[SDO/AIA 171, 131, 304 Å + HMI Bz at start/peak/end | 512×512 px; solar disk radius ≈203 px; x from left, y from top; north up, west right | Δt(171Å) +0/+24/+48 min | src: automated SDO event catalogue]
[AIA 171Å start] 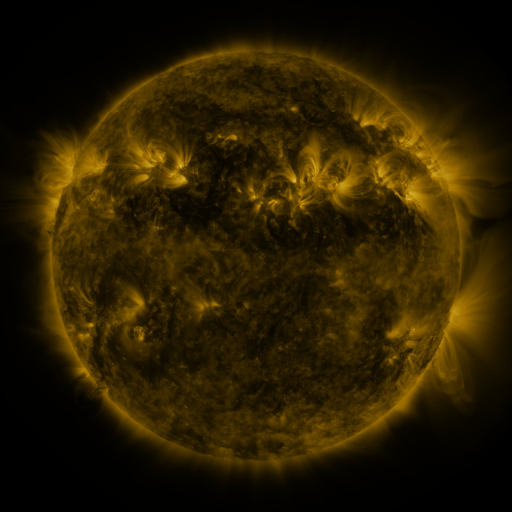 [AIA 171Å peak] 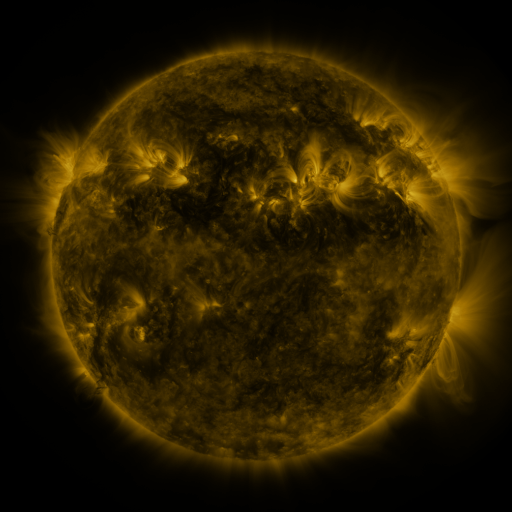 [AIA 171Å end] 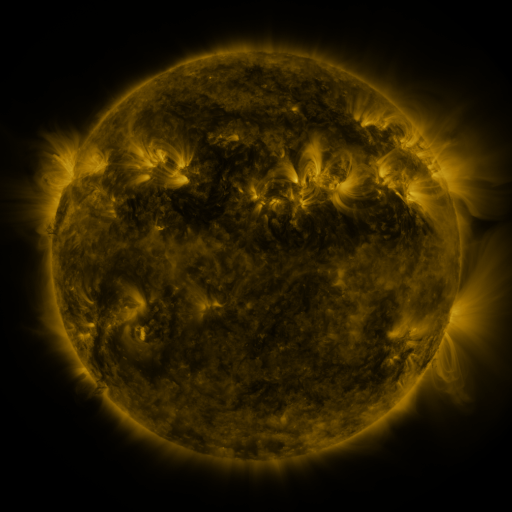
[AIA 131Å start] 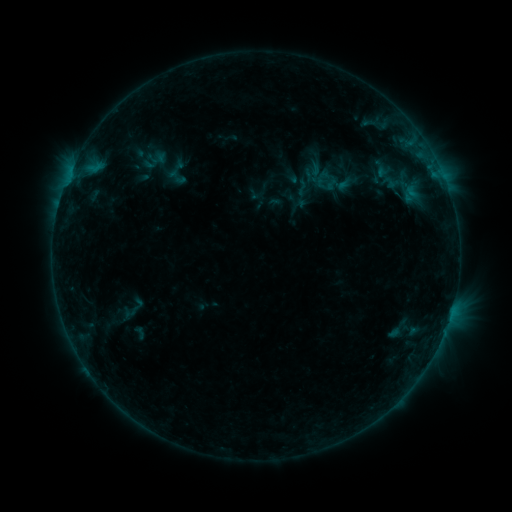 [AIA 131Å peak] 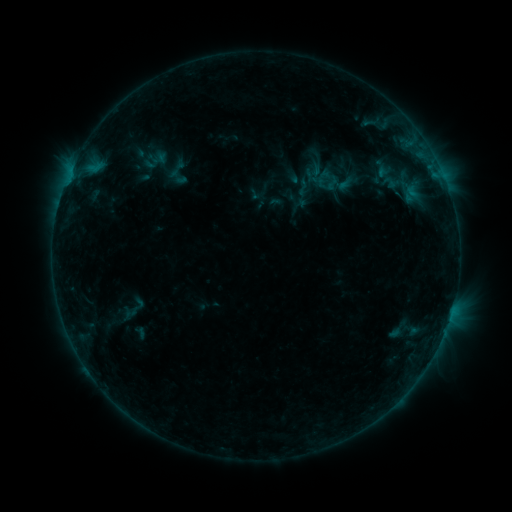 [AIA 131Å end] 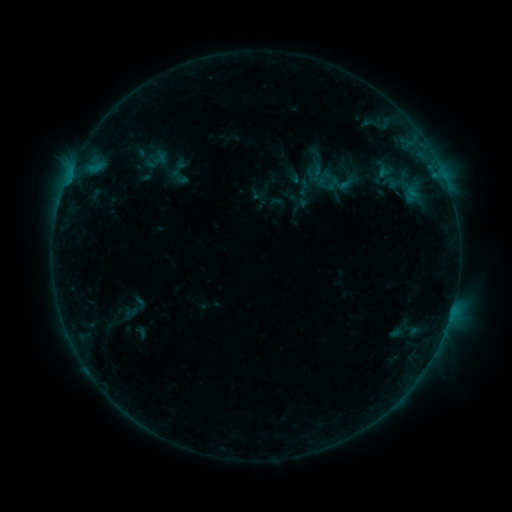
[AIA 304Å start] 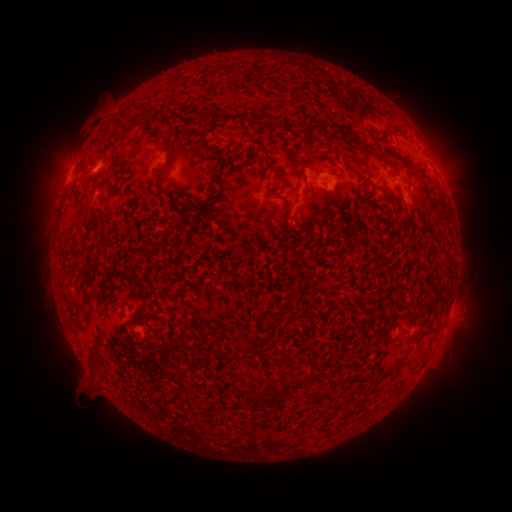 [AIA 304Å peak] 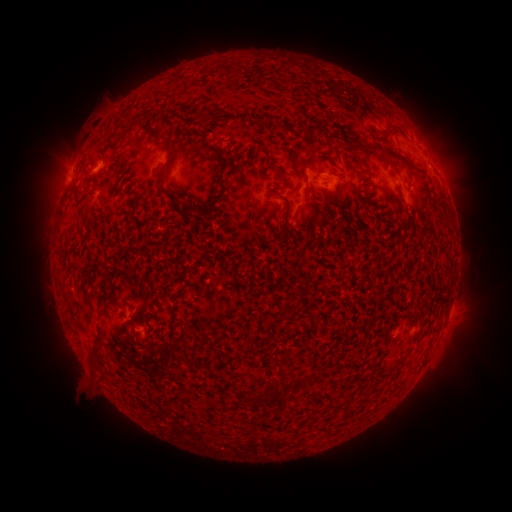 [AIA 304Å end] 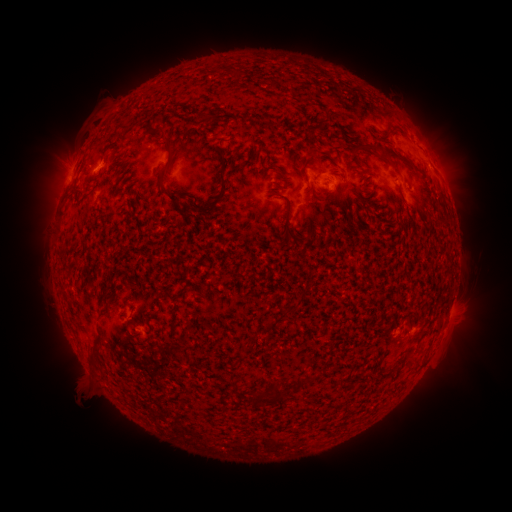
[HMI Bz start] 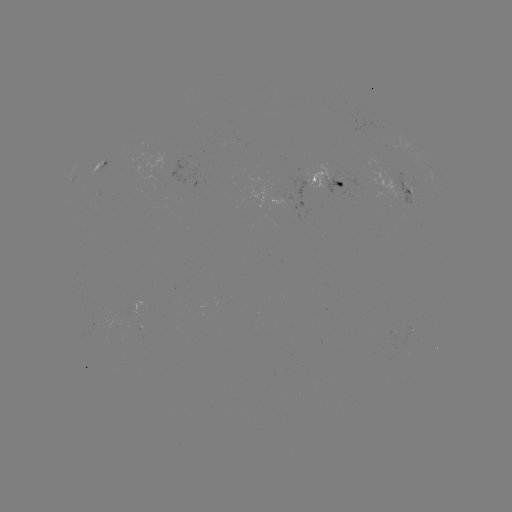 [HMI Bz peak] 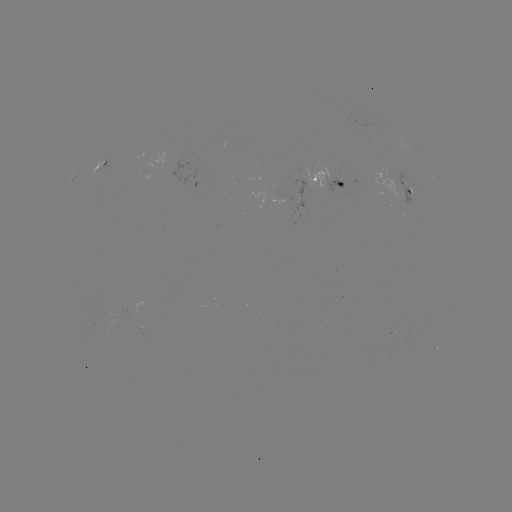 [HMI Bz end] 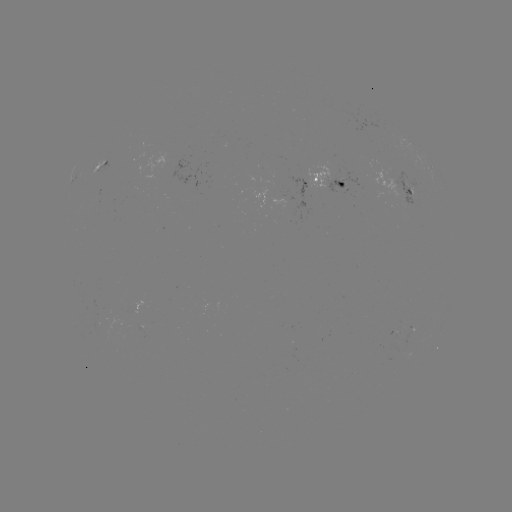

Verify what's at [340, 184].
emerging-flux region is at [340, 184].